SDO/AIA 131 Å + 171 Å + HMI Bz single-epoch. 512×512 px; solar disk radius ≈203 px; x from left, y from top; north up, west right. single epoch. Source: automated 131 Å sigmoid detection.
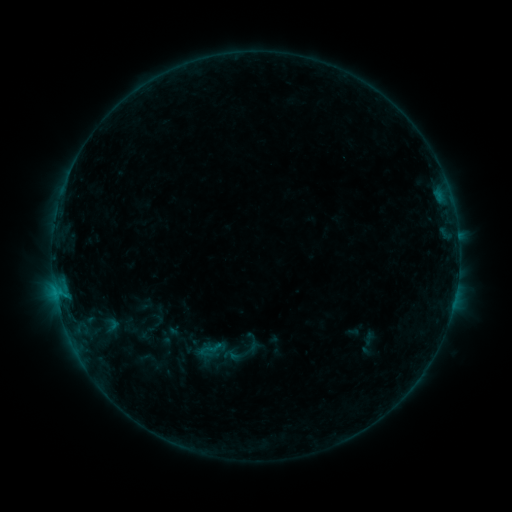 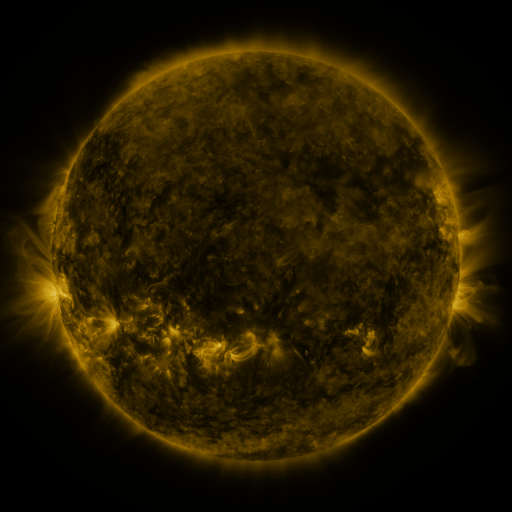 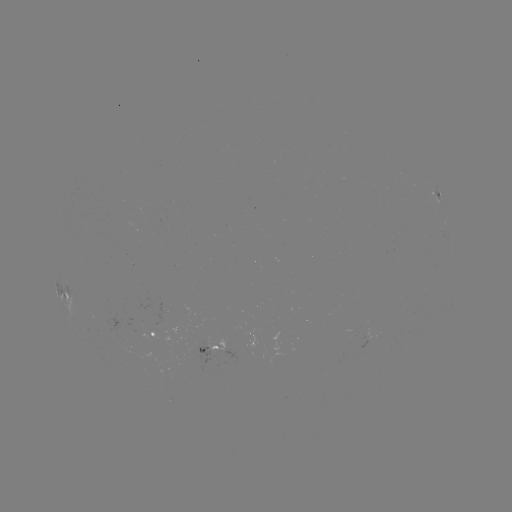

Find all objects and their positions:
sigmoid: (252, 343)
sigmoid: (231, 356)
